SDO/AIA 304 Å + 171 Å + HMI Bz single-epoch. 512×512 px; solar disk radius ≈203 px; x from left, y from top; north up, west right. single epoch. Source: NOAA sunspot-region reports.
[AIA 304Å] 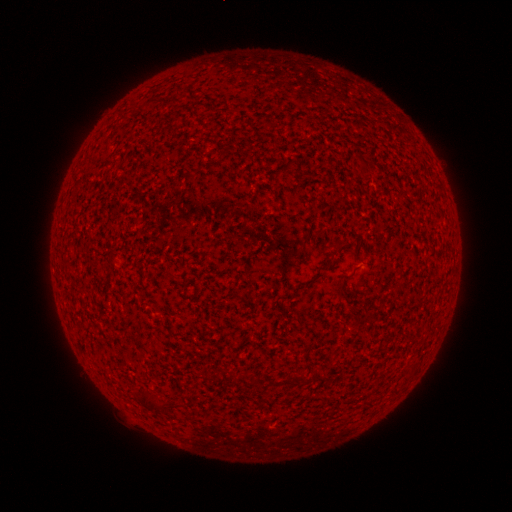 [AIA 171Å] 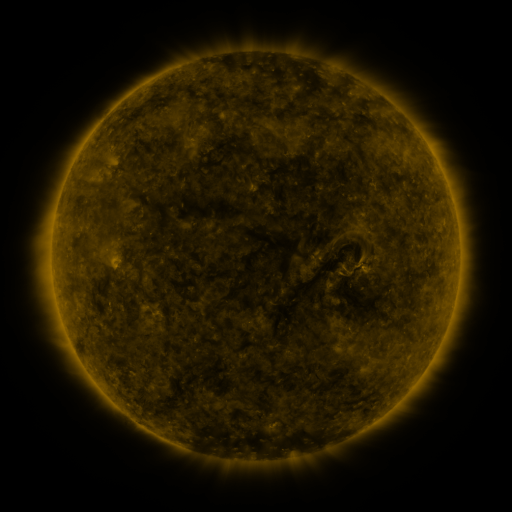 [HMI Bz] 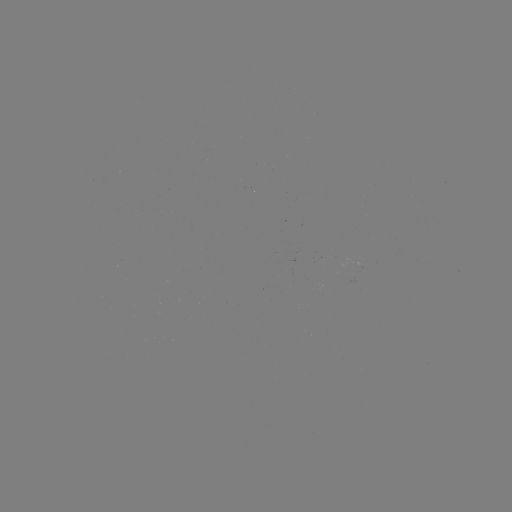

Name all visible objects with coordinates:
(none)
